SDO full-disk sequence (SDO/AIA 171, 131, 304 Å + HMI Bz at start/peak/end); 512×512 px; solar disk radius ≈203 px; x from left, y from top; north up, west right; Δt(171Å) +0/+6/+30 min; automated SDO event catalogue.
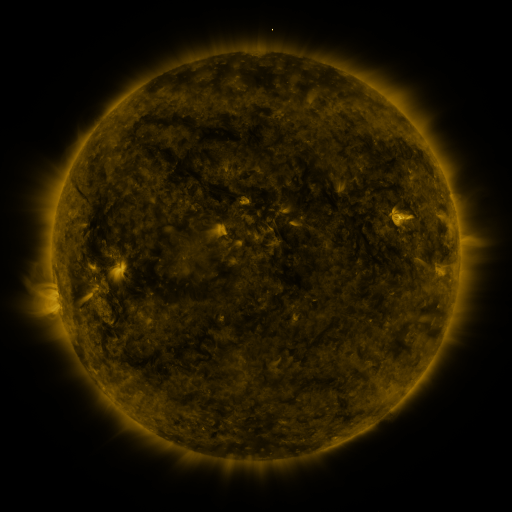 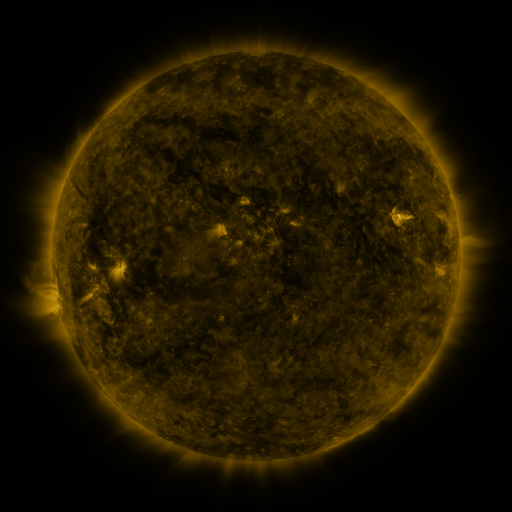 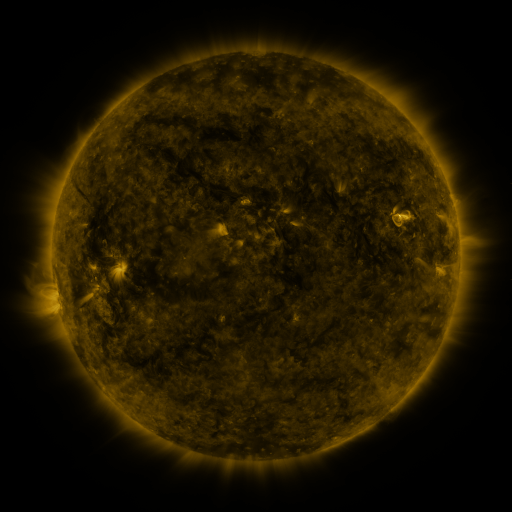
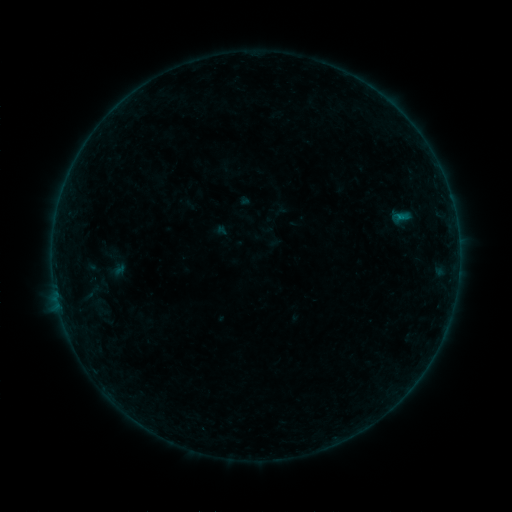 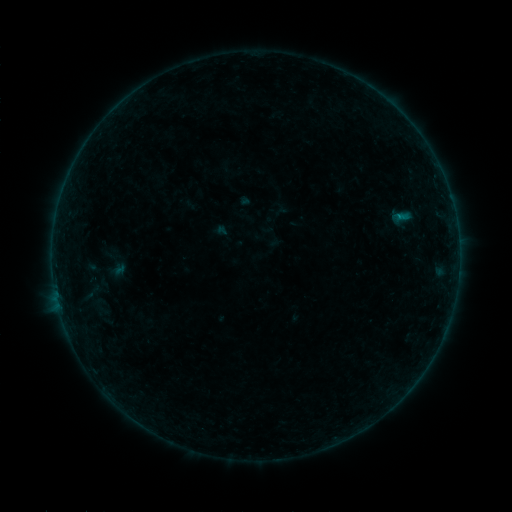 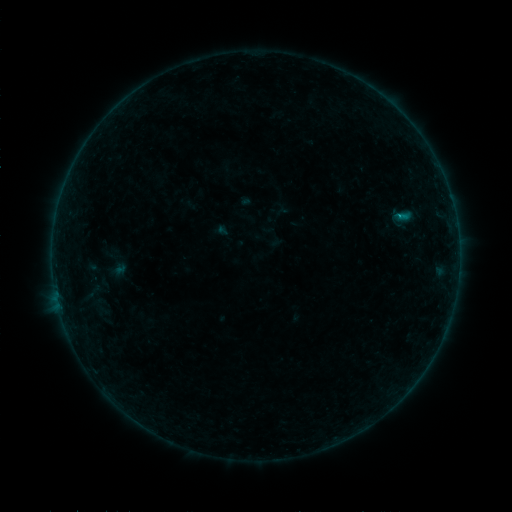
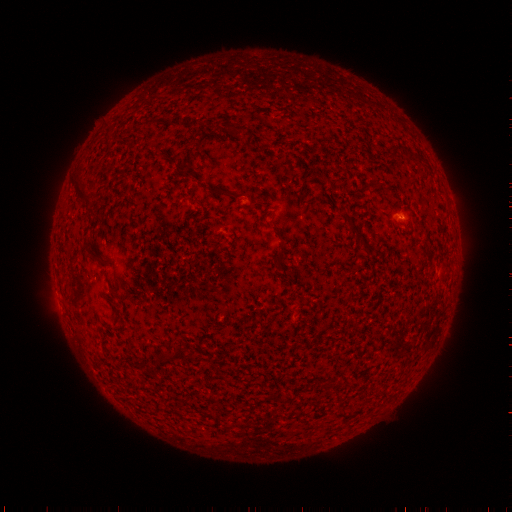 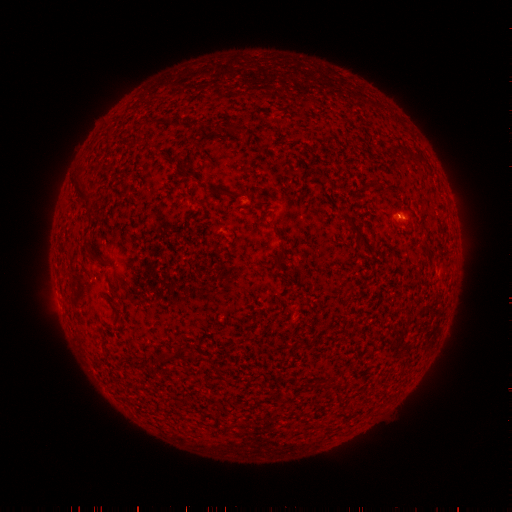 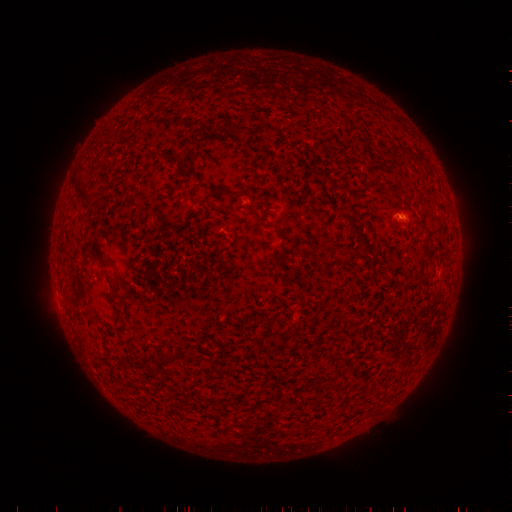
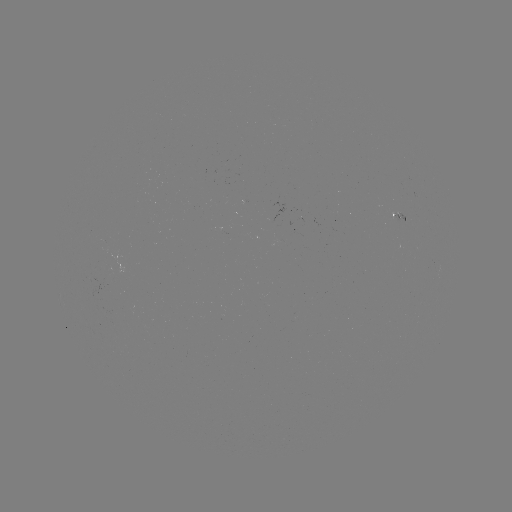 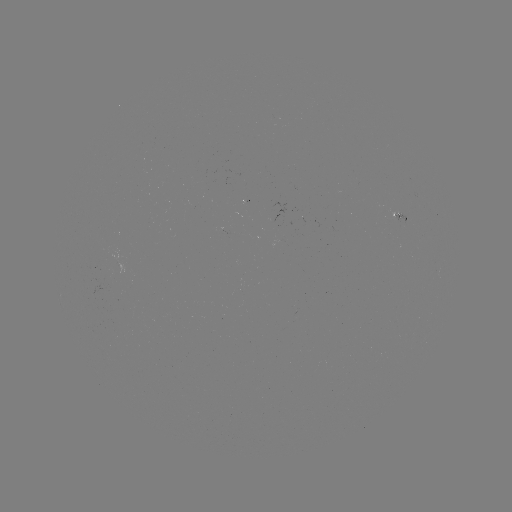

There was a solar flare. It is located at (398, 218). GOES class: B2.9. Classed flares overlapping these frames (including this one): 1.